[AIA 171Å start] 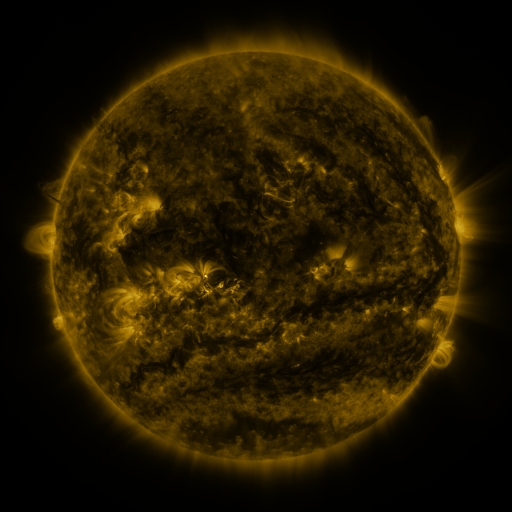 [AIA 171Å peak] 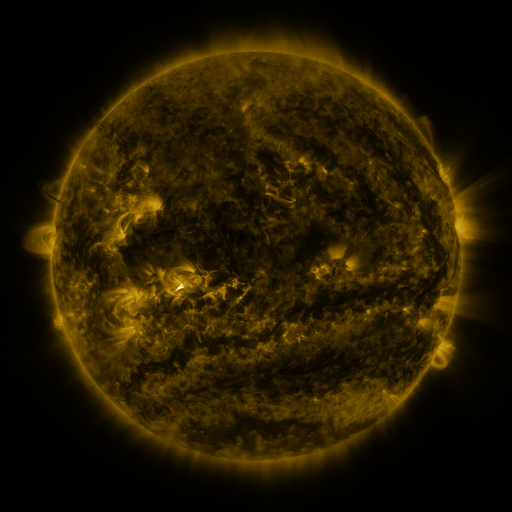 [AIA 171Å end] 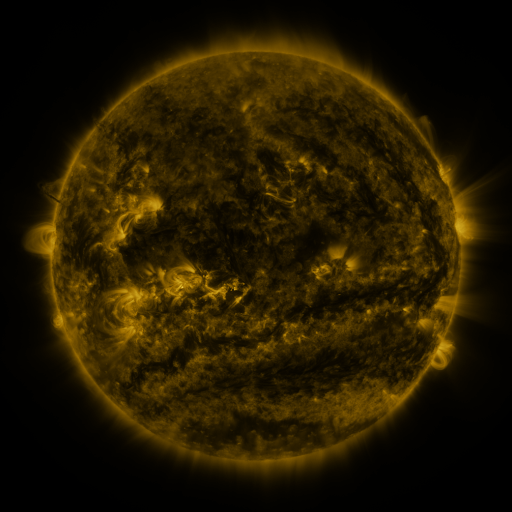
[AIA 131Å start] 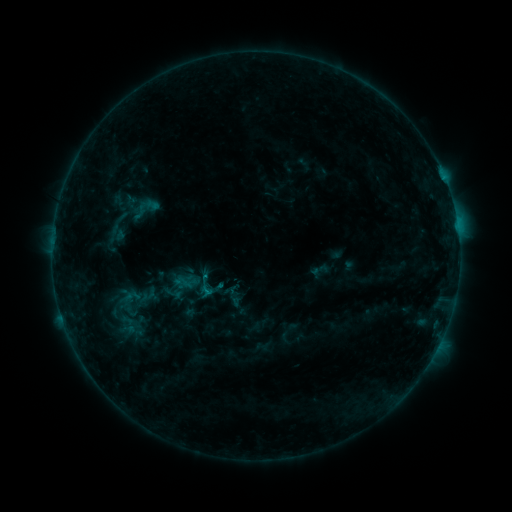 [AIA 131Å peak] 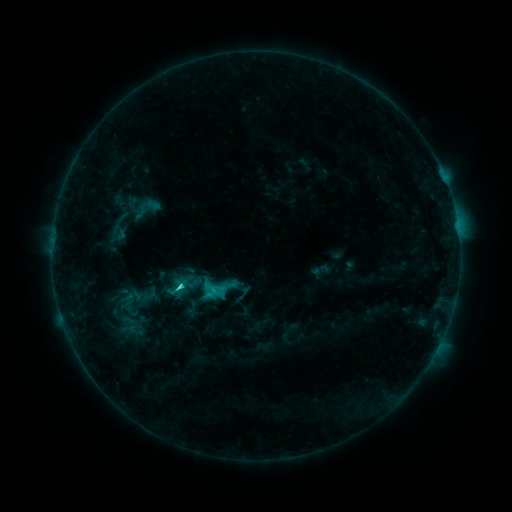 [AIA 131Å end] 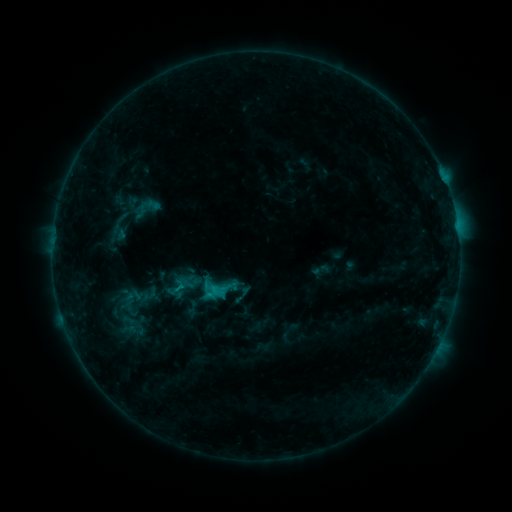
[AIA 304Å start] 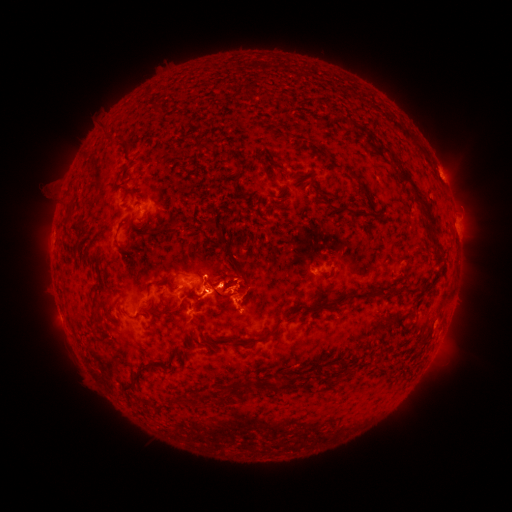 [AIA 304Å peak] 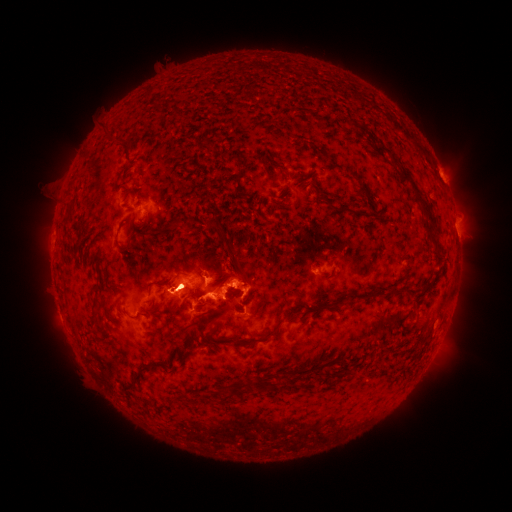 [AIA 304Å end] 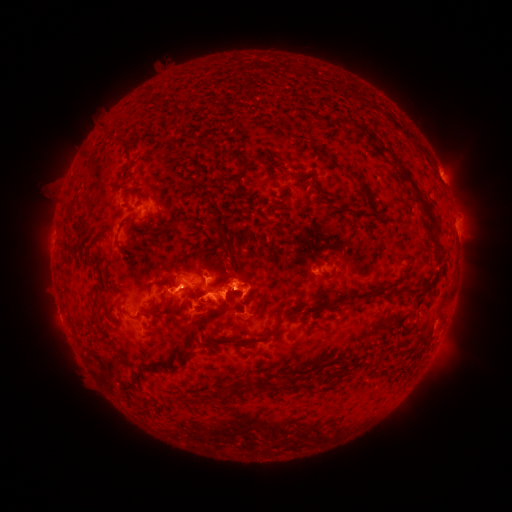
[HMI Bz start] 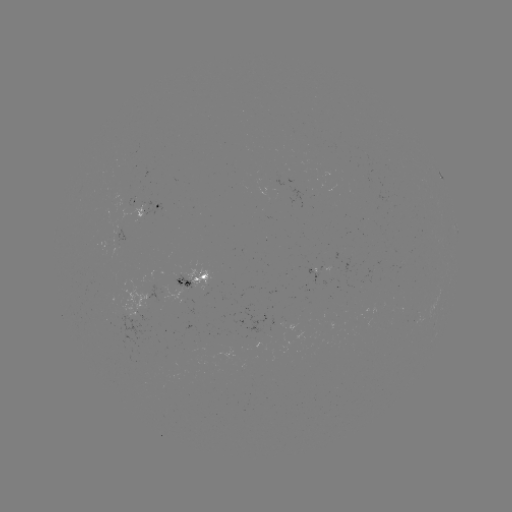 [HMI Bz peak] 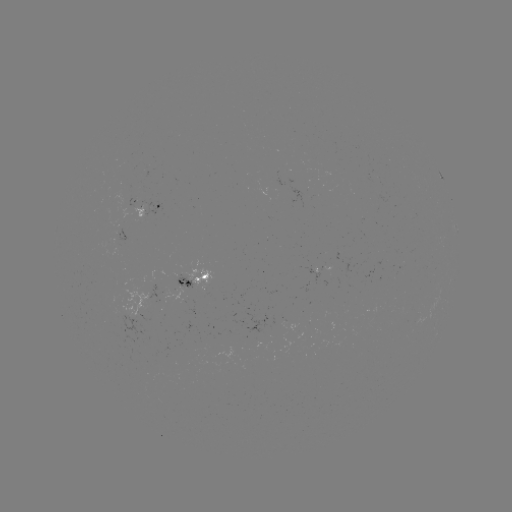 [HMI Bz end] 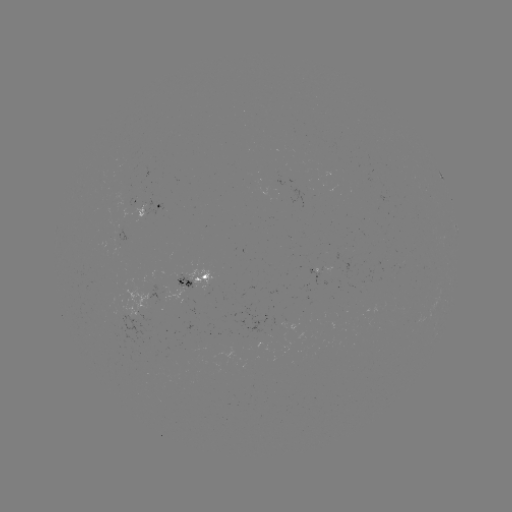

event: flare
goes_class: C3.0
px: (181, 285)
